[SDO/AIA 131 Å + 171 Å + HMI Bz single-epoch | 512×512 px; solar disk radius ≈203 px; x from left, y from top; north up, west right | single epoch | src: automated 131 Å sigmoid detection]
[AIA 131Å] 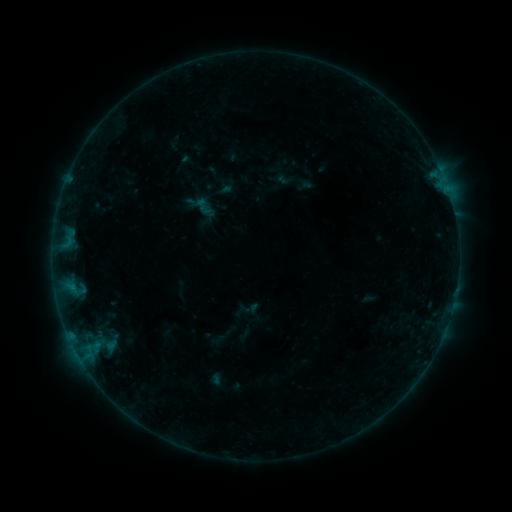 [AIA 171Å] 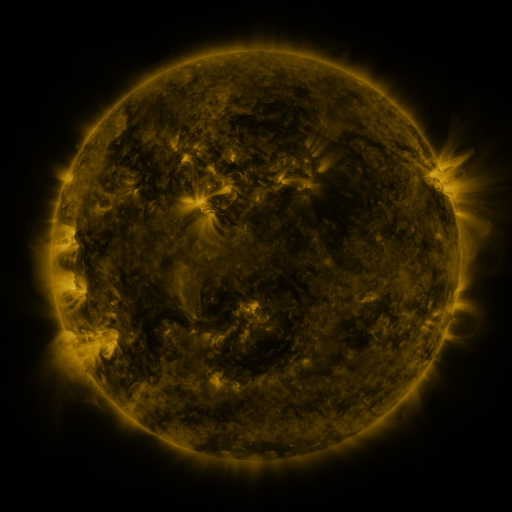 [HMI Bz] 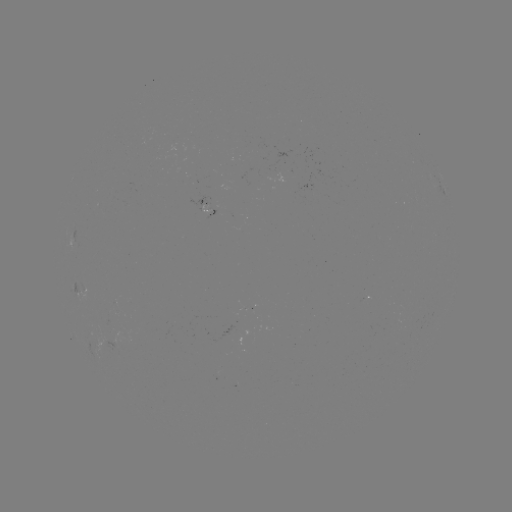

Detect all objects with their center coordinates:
sigmoid: [195, 199, 216, 220]
